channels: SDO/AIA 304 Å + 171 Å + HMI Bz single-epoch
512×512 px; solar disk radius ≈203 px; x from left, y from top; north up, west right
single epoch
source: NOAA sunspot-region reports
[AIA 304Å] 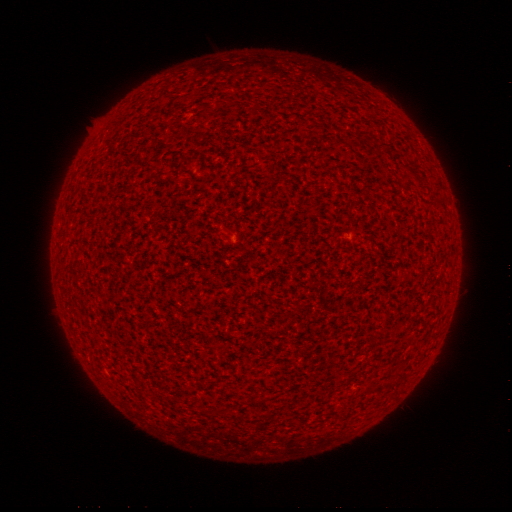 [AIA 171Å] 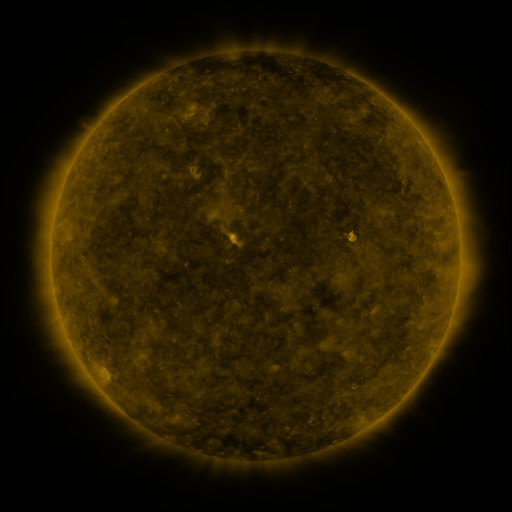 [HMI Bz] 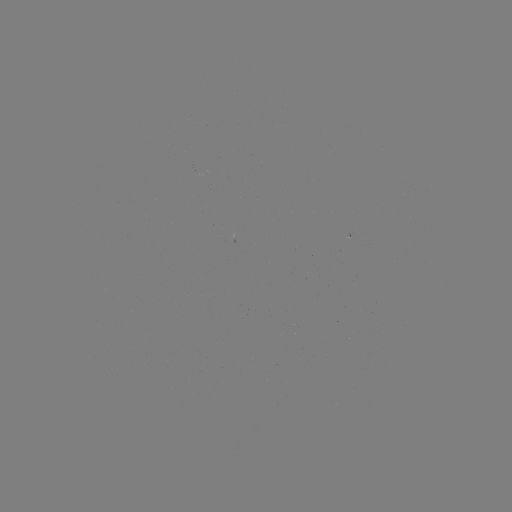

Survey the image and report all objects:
(none)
